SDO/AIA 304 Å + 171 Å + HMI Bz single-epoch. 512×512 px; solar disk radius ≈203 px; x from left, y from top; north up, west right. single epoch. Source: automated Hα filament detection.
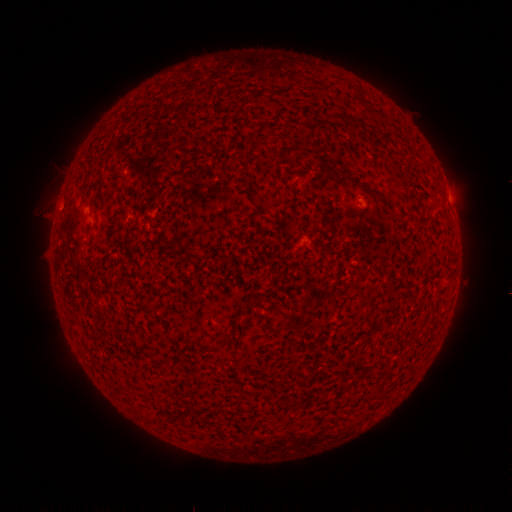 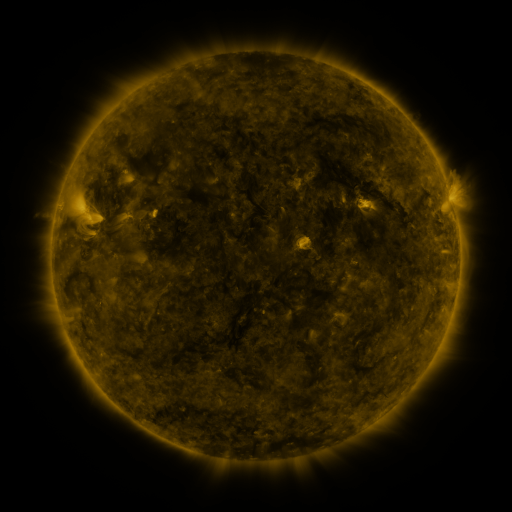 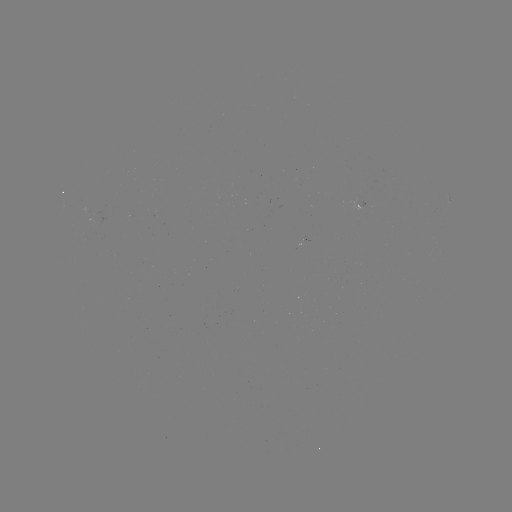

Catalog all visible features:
filament: [352, 87, 363, 96]
filament: [117, 111, 125, 196]
filament: [109, 120, 114, 218]
filament: [308, 122, 322, 136]
filament: [92, 131, 104, 380]
filament: [279, 153, 290, 161]
filament: [230, 160, 241, 169]
filament: [350, 179, 376, 194]
filament: [109, 293, 114, 391]
filament: [117, 315, 122, 400]
filament: [136, 349, 170, 378]
